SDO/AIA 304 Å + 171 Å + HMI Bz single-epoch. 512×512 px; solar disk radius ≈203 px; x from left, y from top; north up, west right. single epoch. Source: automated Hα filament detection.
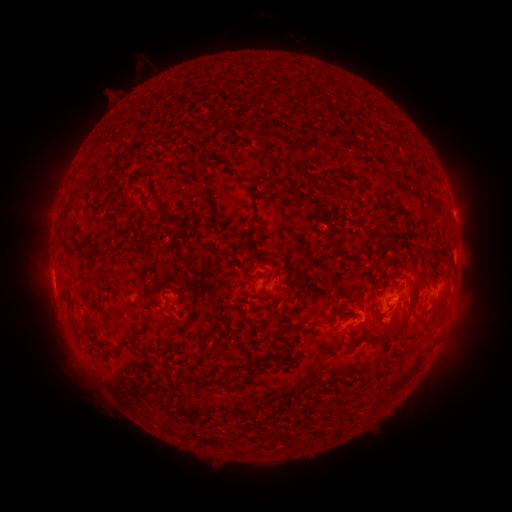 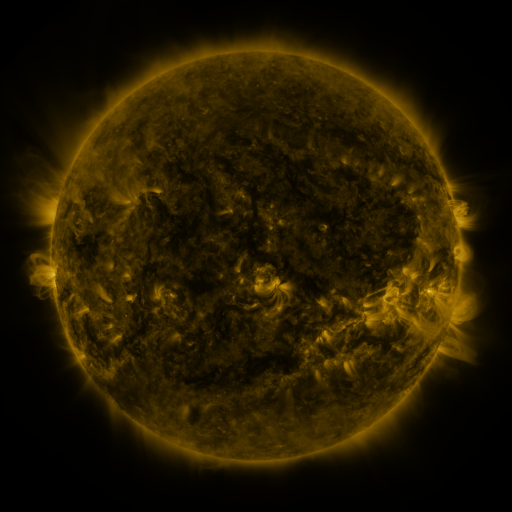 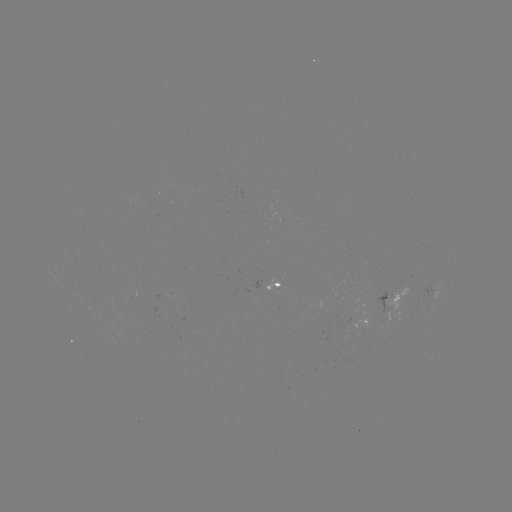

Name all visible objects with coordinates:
filament: [375, 145, 385, 154]
filament: [248, 178, 259, 193]
filament: [320, 230, 331, 239]
filament: [411, 280, 420, 305]
filament: [200, 322, 217, 340]
filament: [132, 328, 140, 341]
filament: [327, 334, 341, 349]
filament: [359, 337, 375, 345]
filament: [231, 362, 246, 370]
